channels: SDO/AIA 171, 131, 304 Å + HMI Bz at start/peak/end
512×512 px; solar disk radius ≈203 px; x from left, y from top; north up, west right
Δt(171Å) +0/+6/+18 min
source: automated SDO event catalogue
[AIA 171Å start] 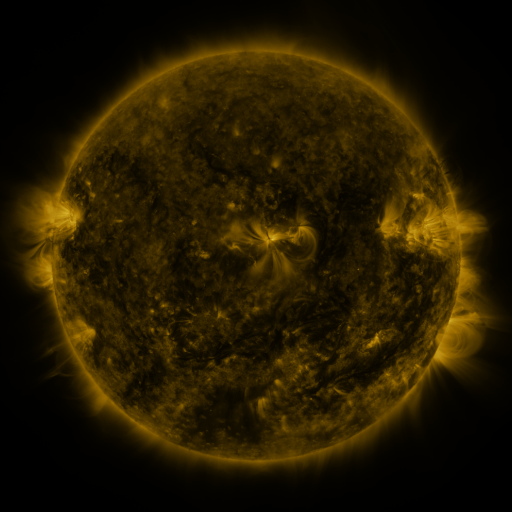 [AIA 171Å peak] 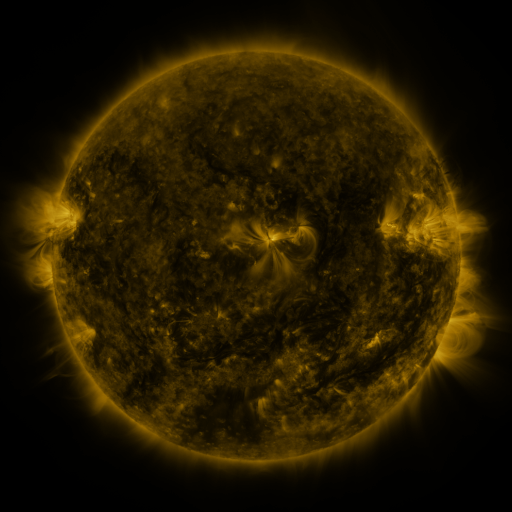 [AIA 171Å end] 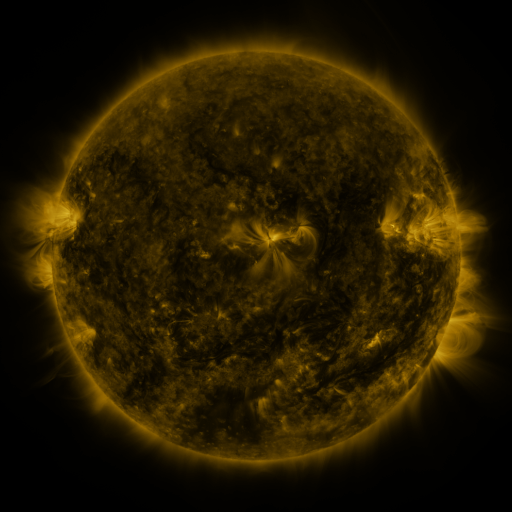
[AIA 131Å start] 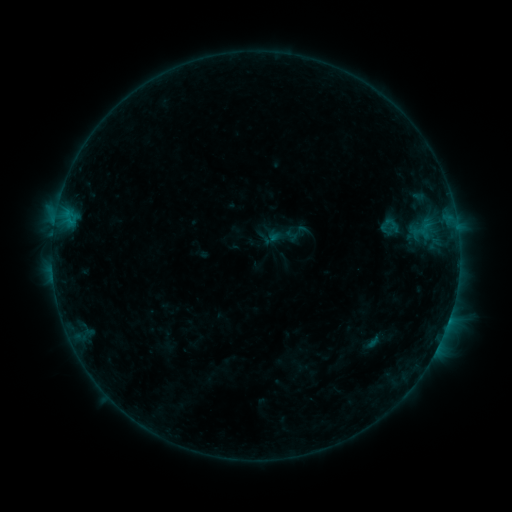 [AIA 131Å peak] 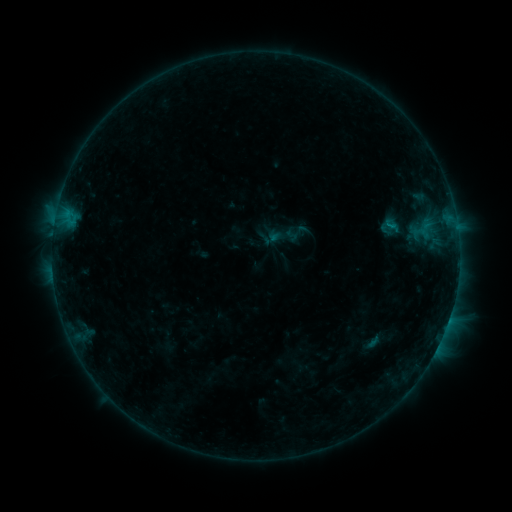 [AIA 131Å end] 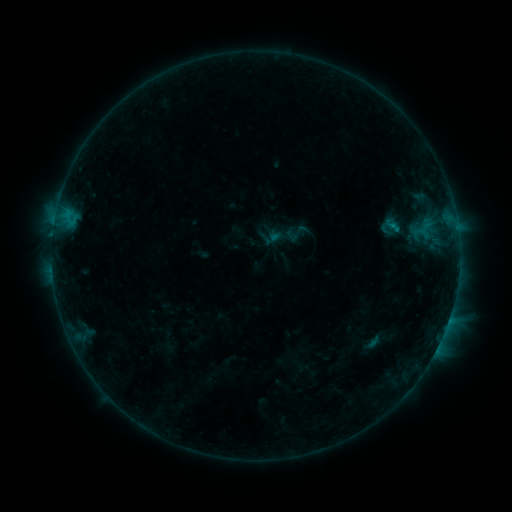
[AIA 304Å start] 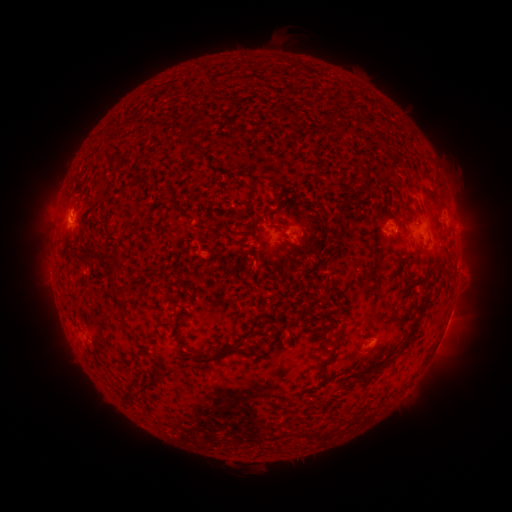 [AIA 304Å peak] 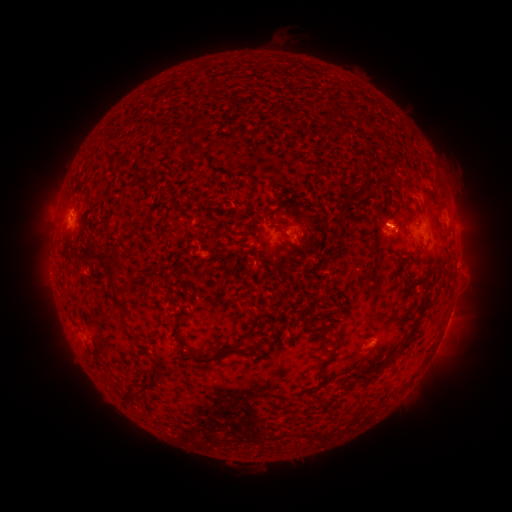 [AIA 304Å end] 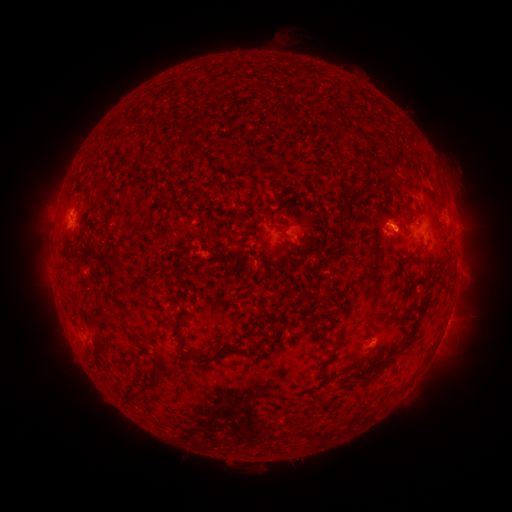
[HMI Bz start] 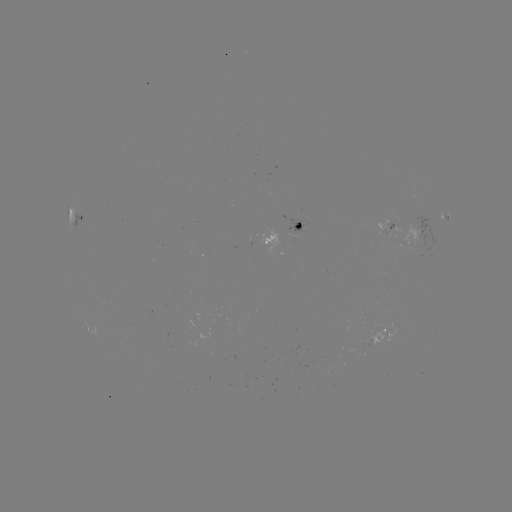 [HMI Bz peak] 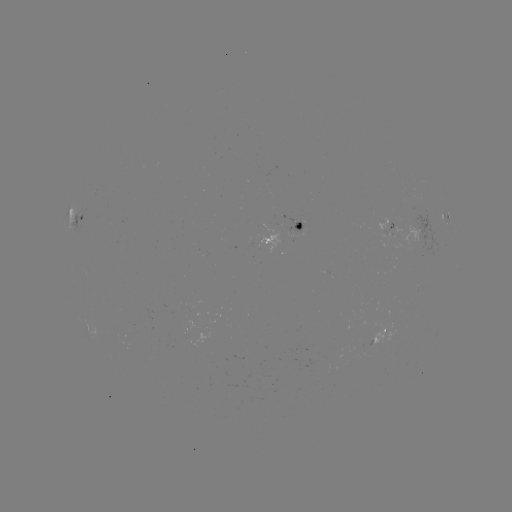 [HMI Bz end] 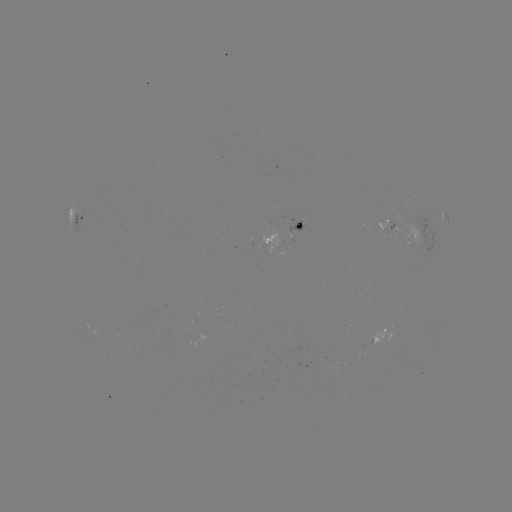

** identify B4.9 flare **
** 391,226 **